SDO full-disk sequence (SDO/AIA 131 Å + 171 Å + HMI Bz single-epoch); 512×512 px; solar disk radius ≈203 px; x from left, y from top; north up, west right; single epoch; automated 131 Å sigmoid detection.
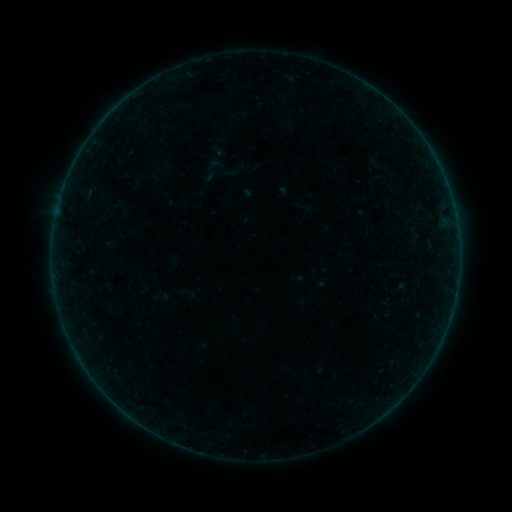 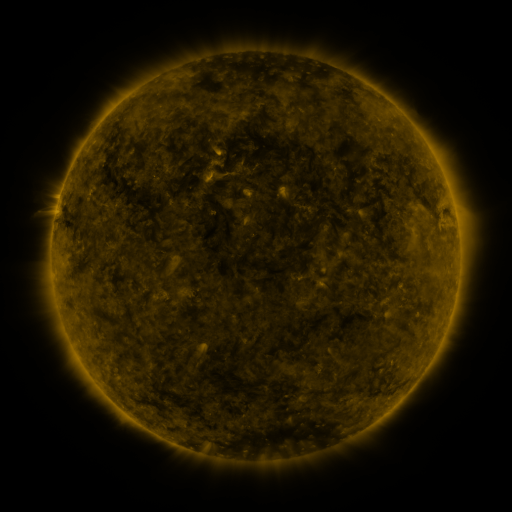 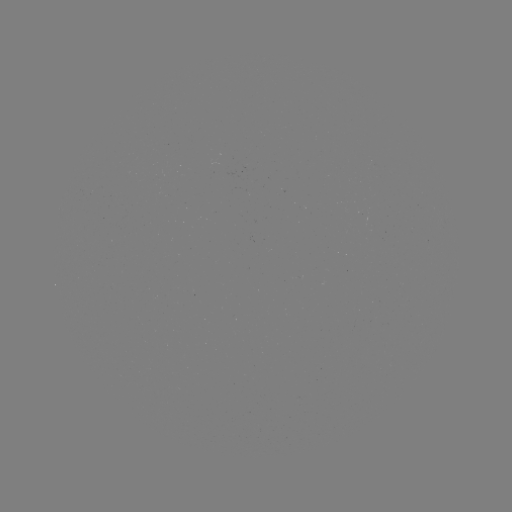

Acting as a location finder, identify sigmoid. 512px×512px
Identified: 215,164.